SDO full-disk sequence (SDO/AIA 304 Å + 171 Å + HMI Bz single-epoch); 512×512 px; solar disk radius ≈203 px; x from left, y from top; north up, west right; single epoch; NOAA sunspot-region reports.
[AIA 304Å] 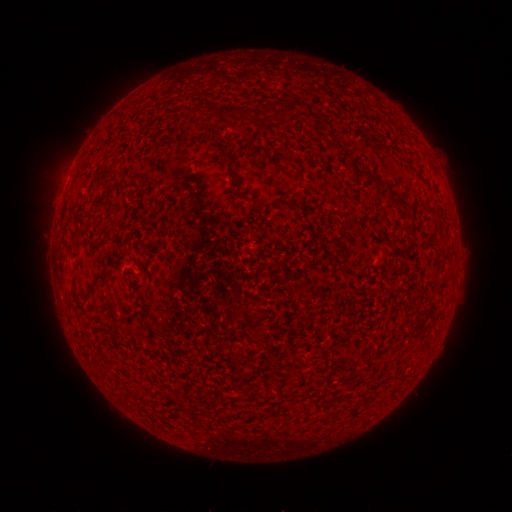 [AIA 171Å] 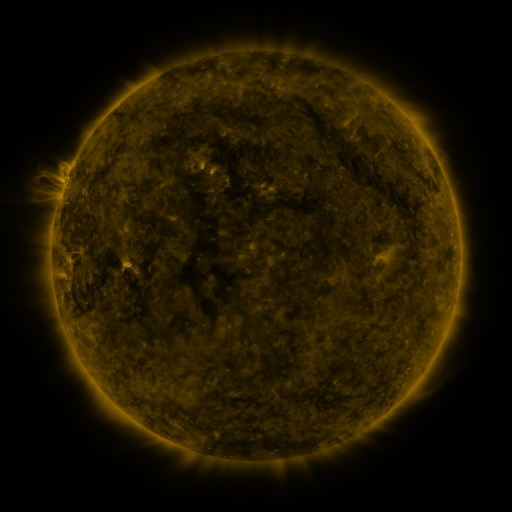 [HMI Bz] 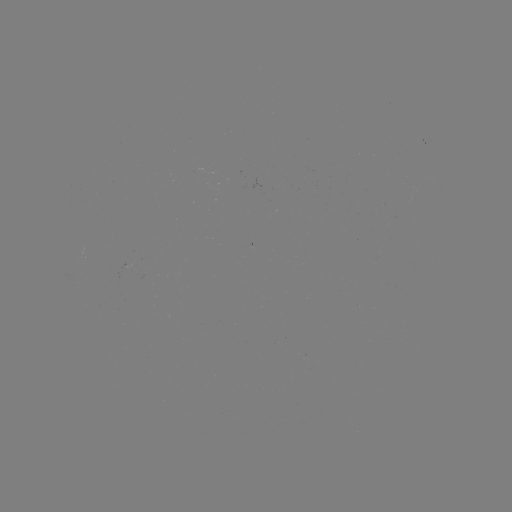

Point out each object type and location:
(none)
